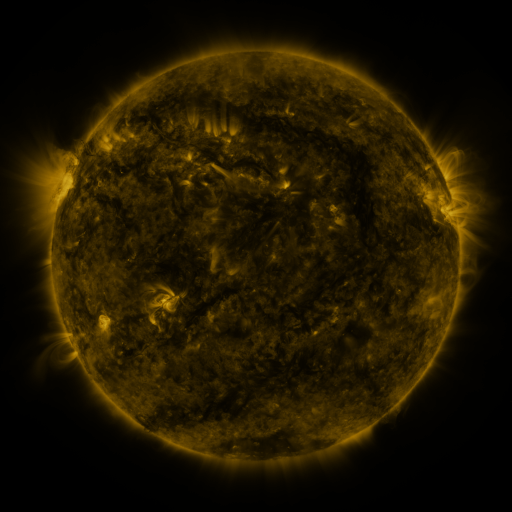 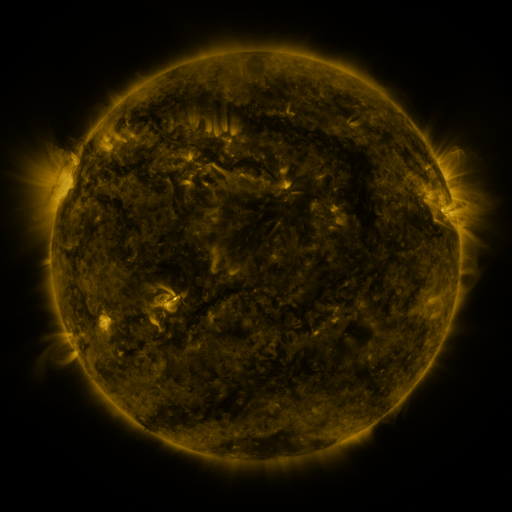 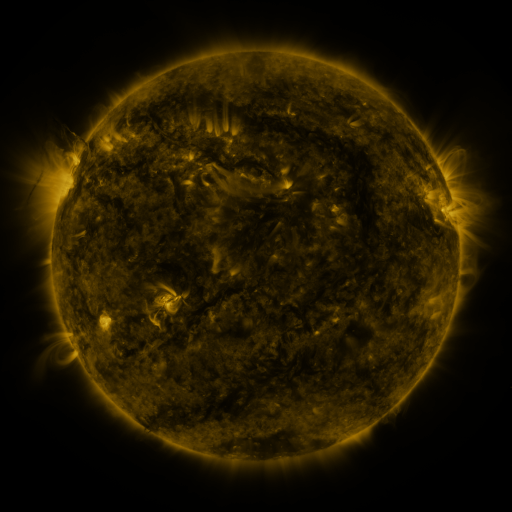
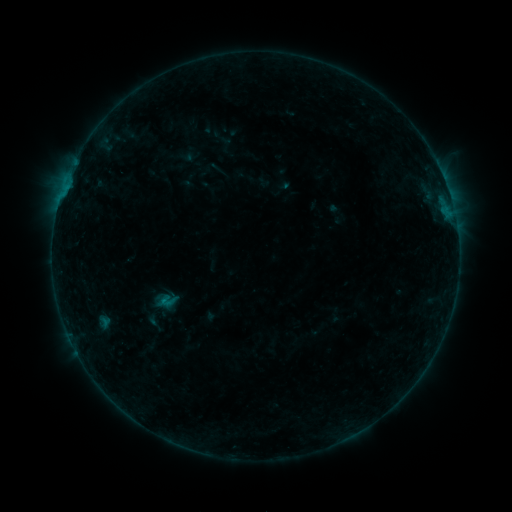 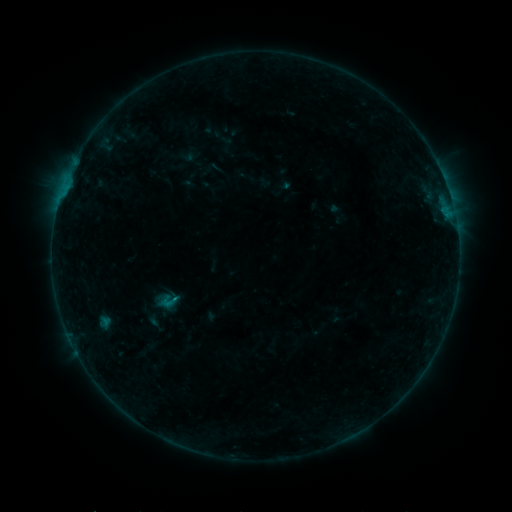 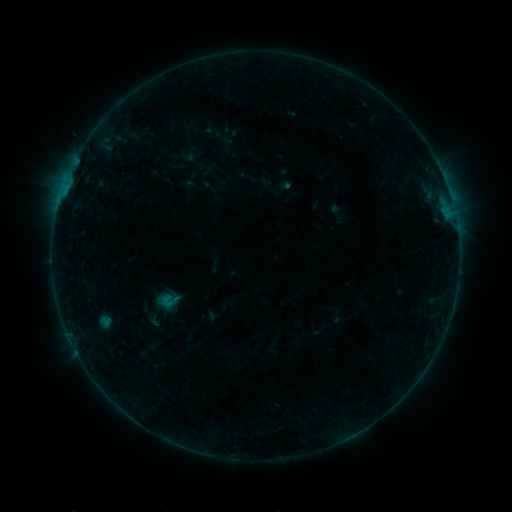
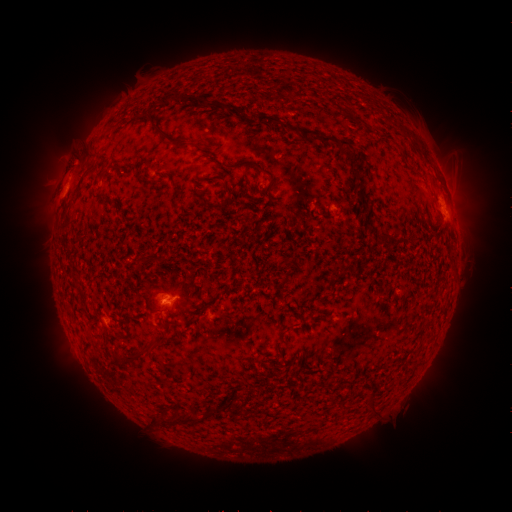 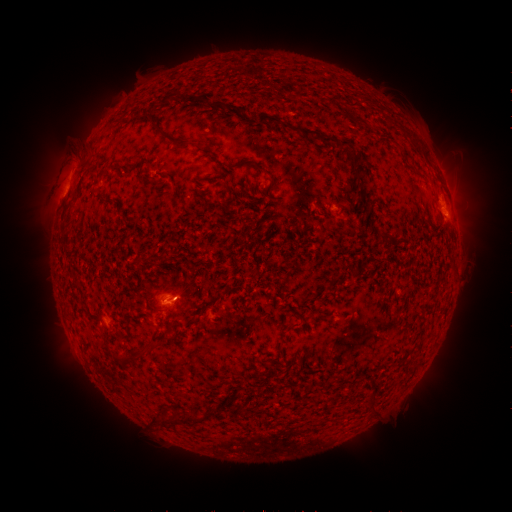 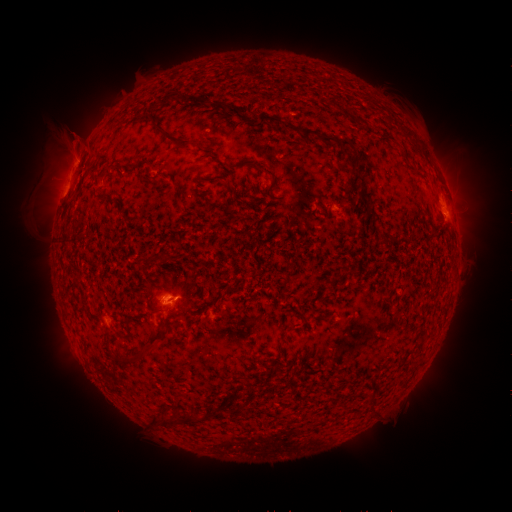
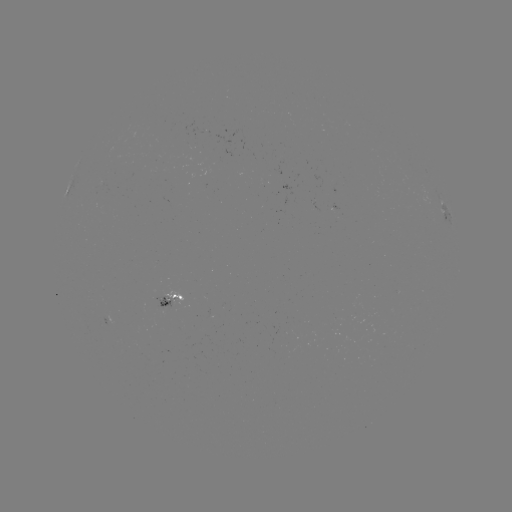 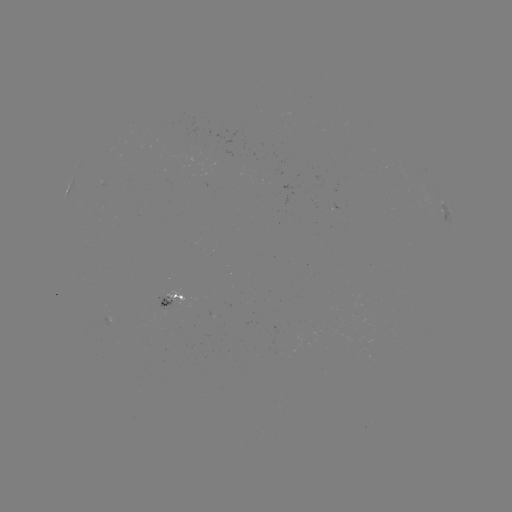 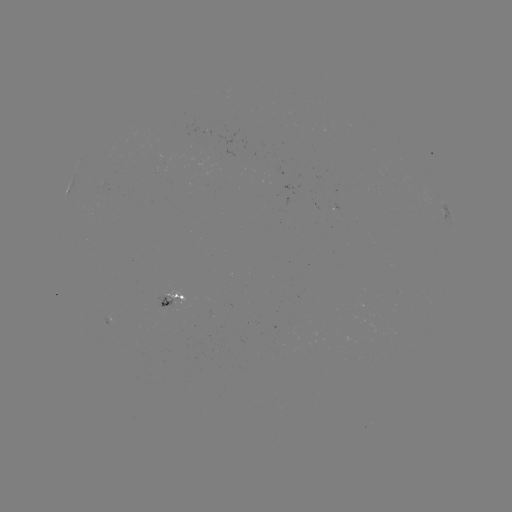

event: eruption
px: (65, 162)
